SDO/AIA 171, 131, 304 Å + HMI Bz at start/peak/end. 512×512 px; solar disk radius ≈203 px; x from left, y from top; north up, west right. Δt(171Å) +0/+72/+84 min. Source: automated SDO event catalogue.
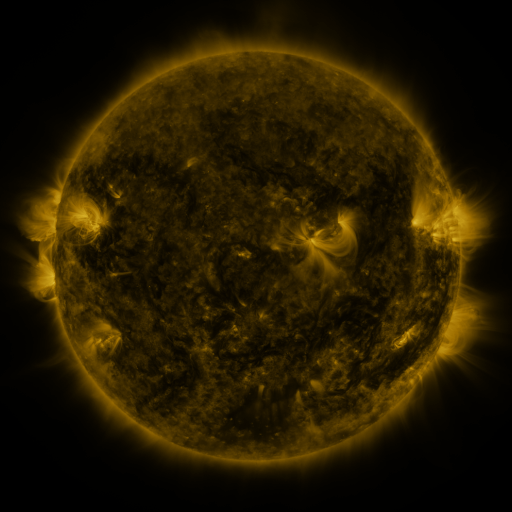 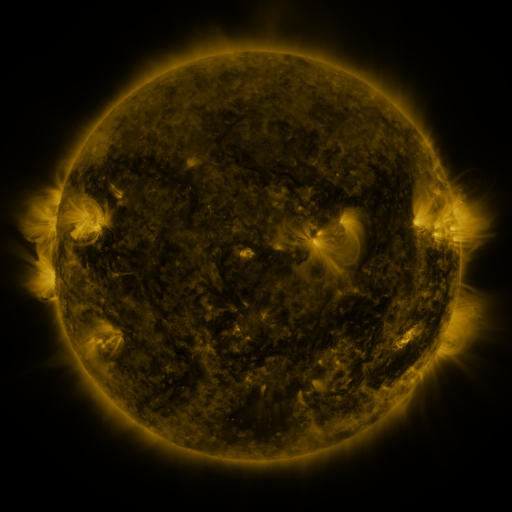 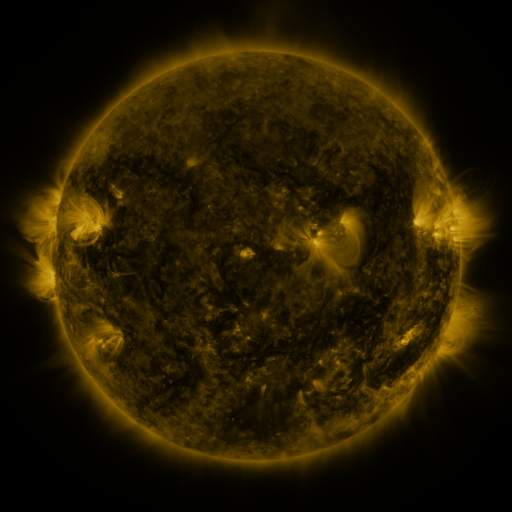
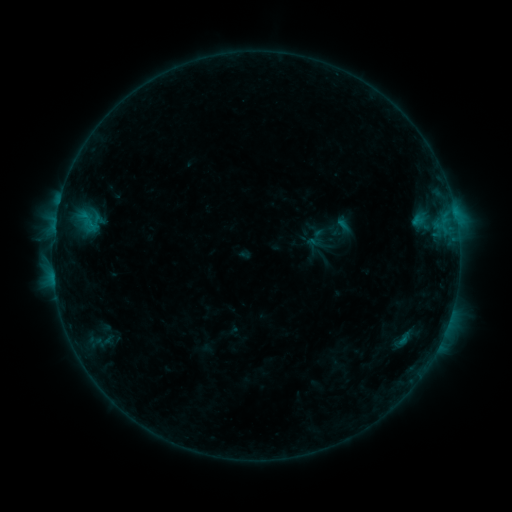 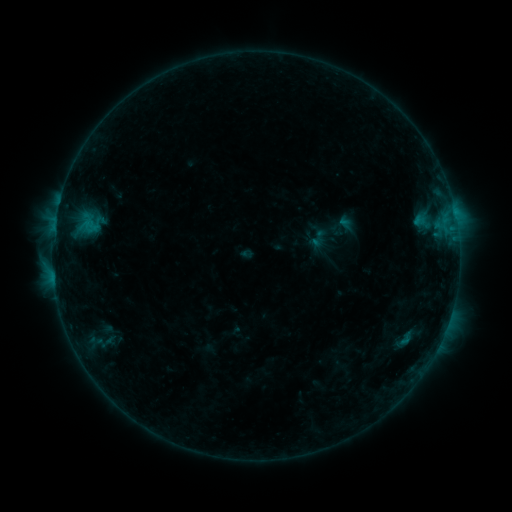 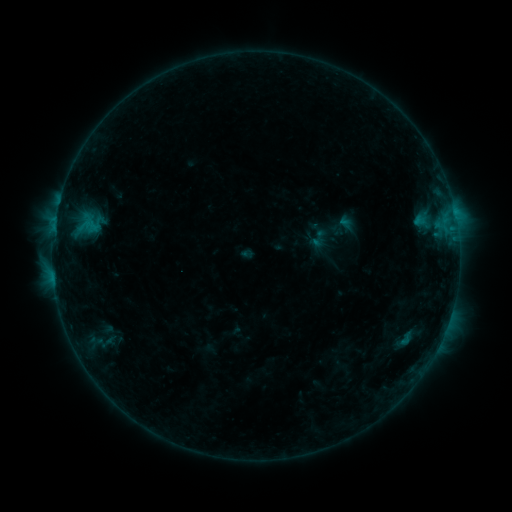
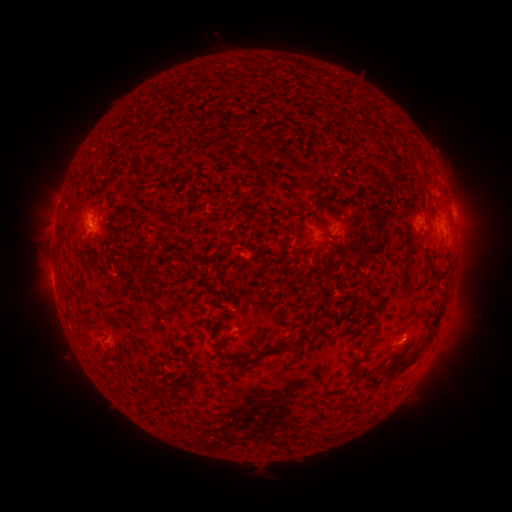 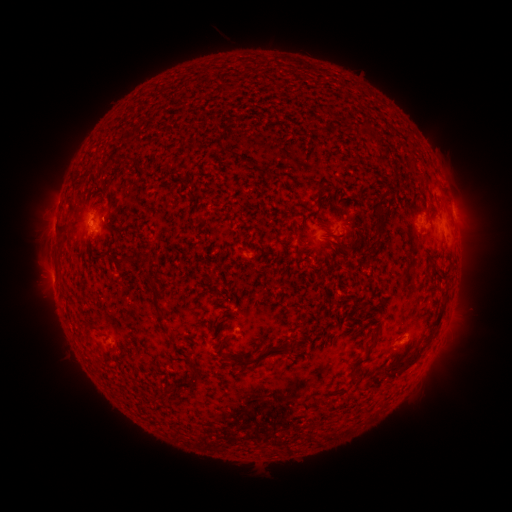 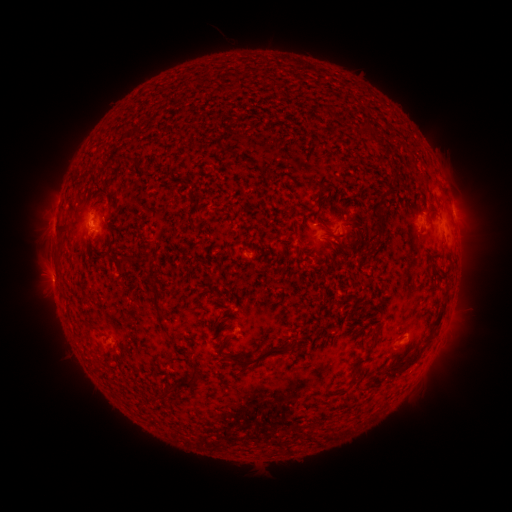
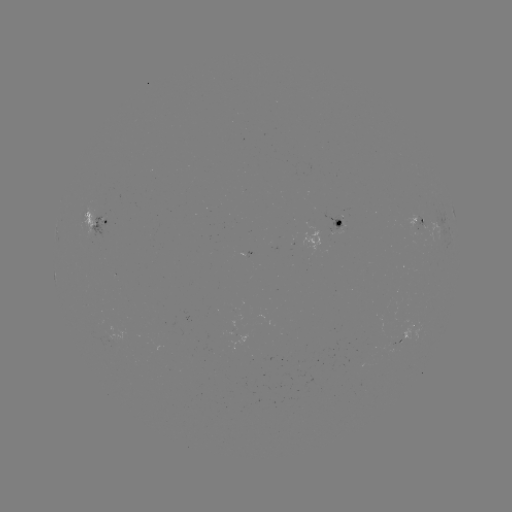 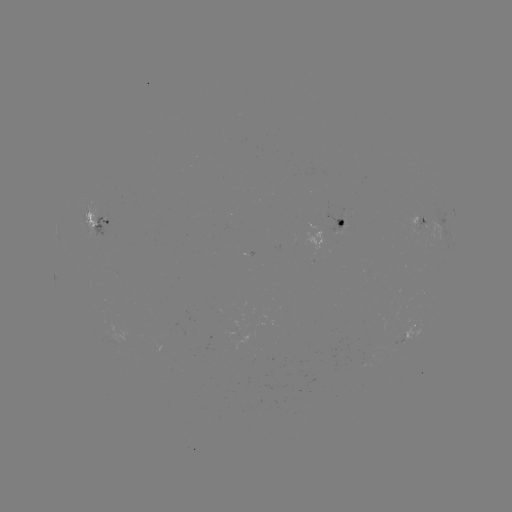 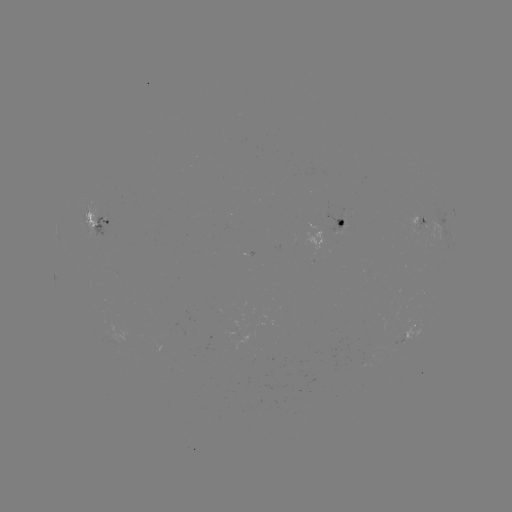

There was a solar emerging-flux region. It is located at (342, 223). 